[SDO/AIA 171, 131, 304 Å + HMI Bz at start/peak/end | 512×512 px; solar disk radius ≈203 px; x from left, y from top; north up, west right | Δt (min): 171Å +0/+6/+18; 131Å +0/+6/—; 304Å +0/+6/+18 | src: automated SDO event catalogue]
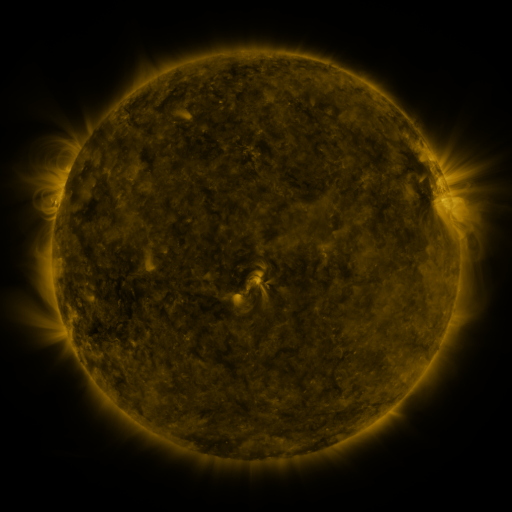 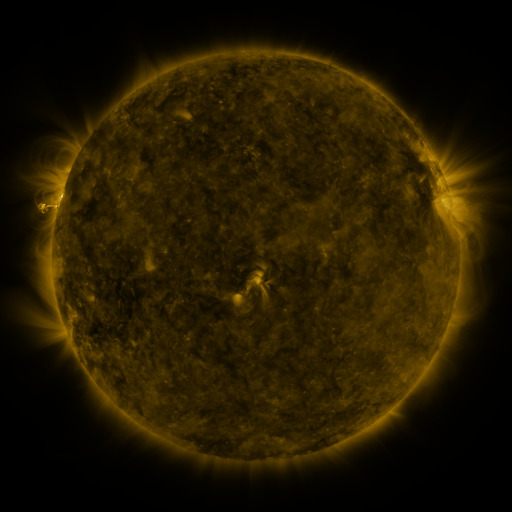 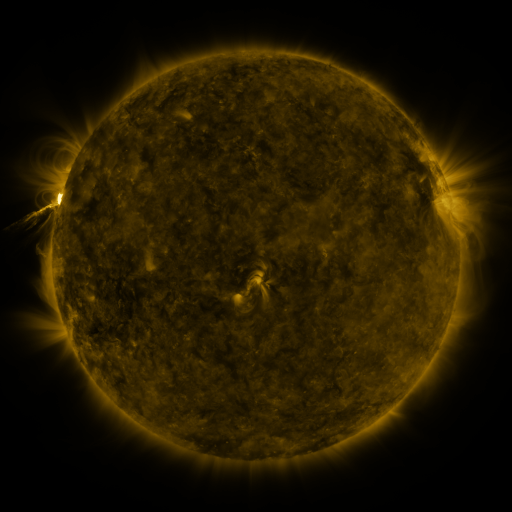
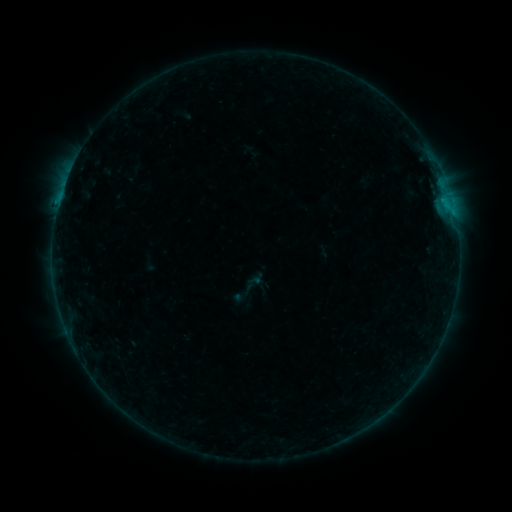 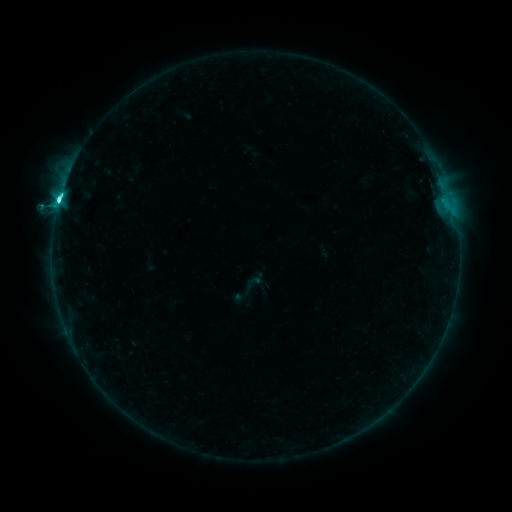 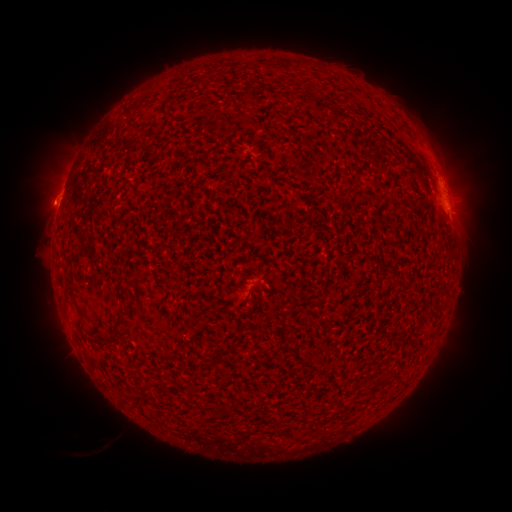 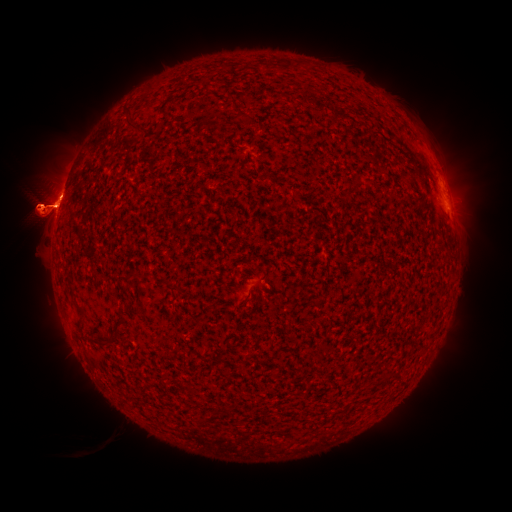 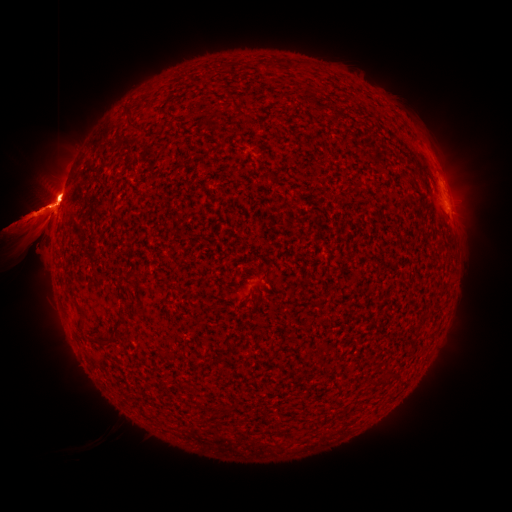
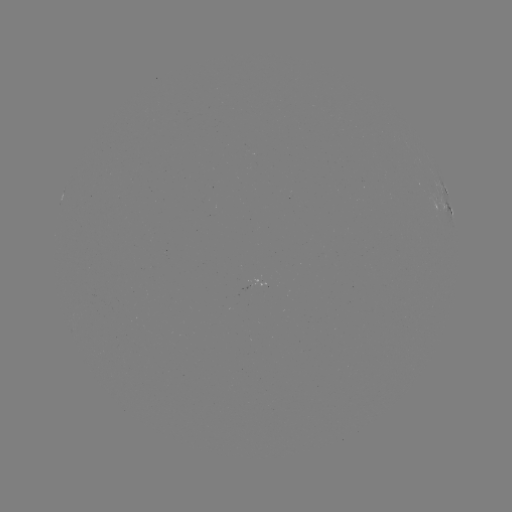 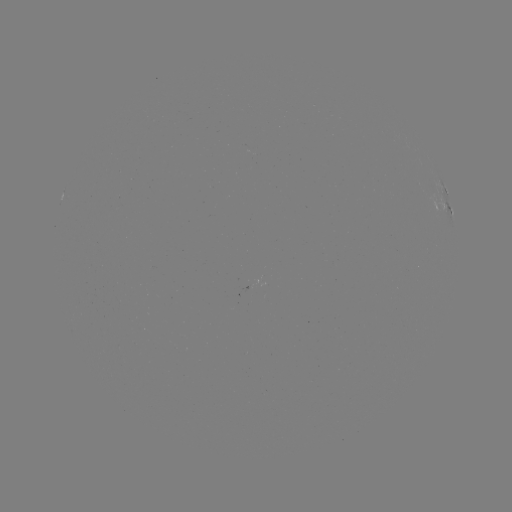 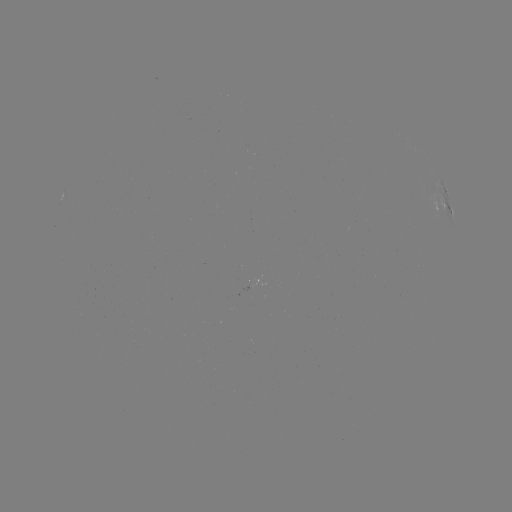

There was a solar flare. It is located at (59, 205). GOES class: M3.5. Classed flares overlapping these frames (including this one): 1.